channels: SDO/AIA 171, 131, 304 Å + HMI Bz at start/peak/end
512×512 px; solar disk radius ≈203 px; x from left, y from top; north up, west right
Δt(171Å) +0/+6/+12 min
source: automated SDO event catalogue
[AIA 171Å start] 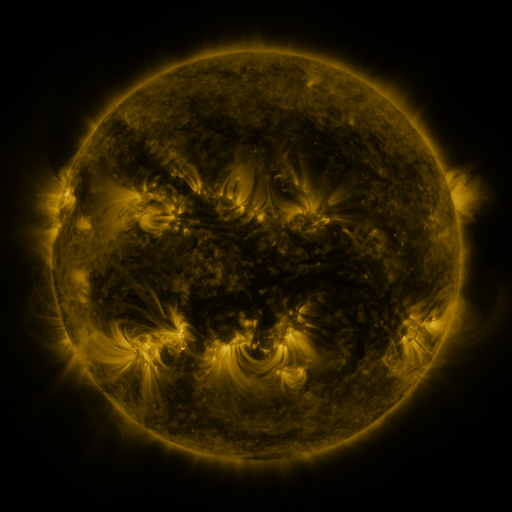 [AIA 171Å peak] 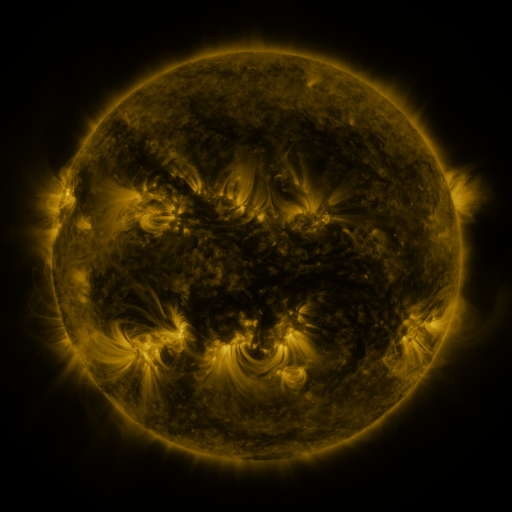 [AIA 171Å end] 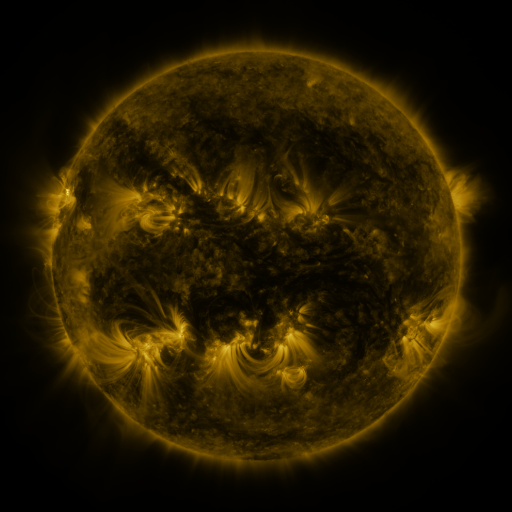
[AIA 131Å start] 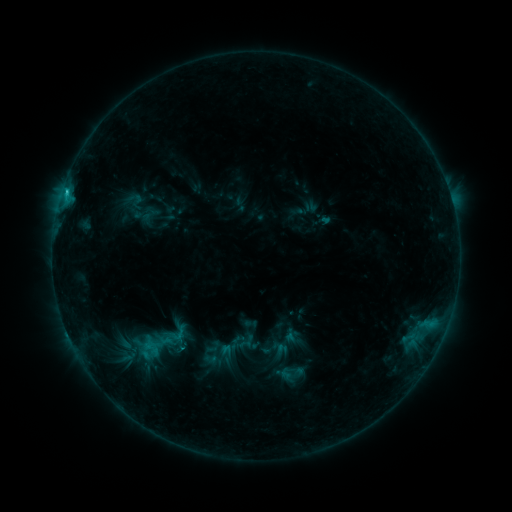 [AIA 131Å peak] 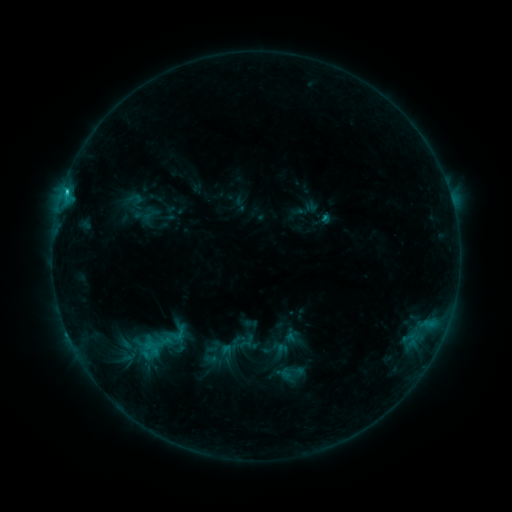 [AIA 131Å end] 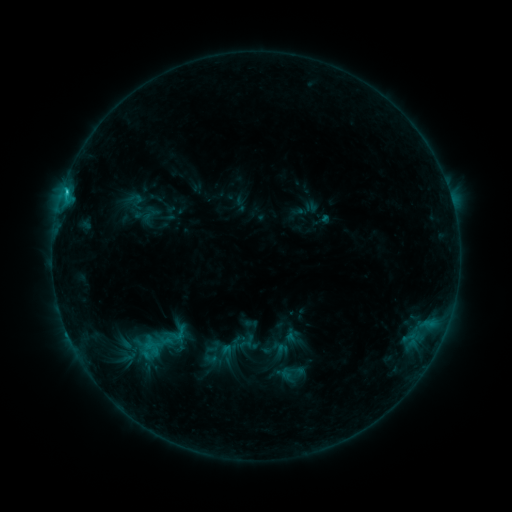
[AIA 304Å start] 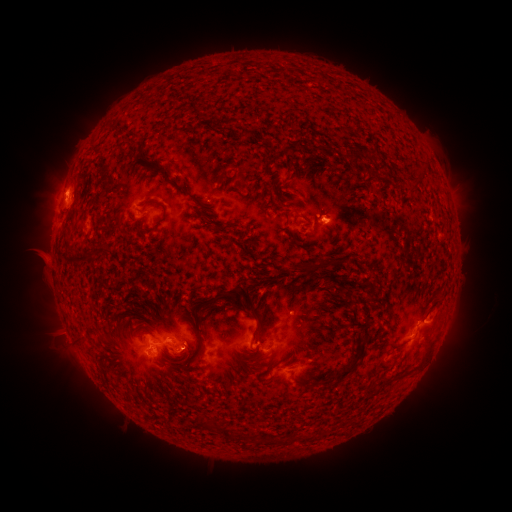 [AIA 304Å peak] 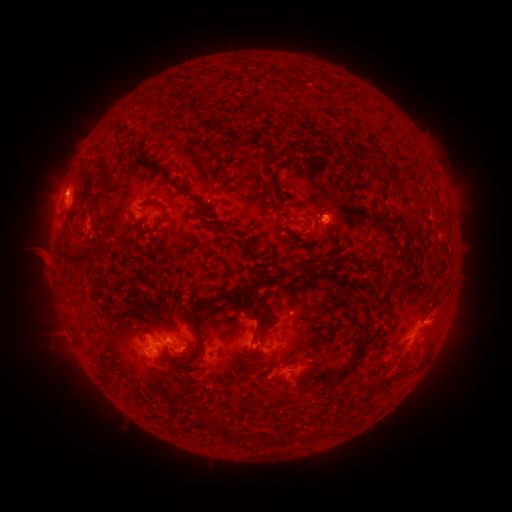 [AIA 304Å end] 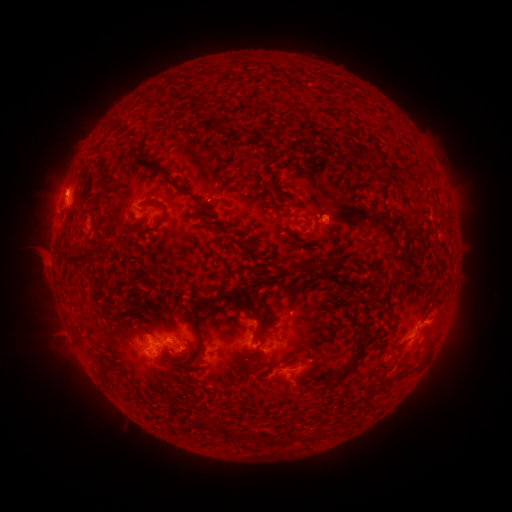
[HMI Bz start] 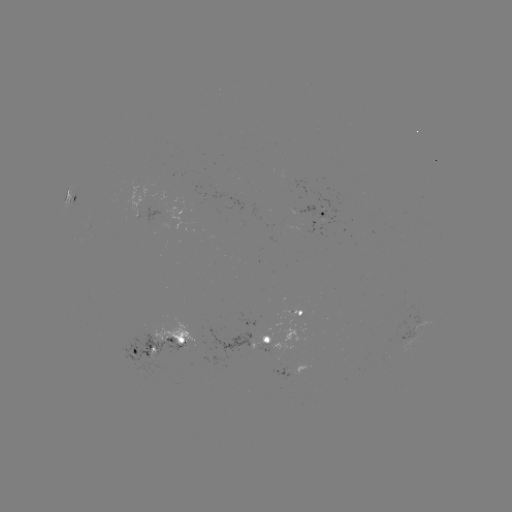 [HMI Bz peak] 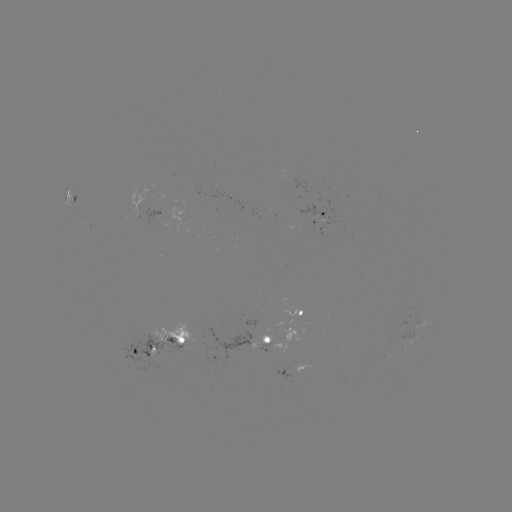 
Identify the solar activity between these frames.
eruption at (36, 262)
